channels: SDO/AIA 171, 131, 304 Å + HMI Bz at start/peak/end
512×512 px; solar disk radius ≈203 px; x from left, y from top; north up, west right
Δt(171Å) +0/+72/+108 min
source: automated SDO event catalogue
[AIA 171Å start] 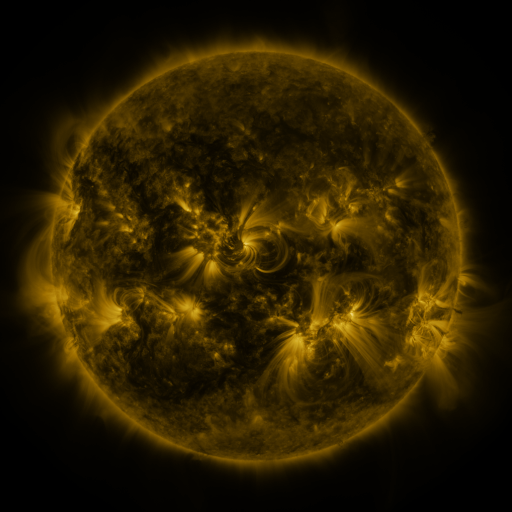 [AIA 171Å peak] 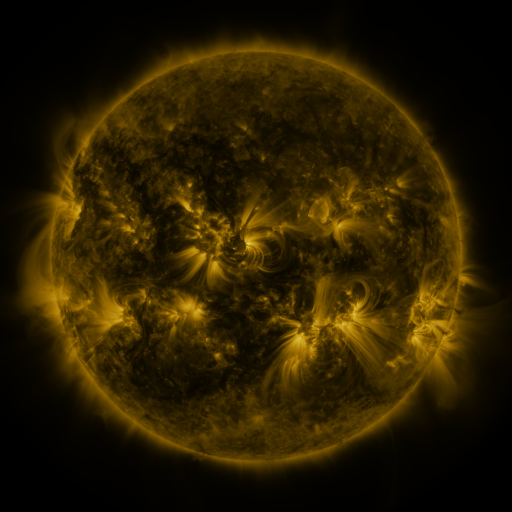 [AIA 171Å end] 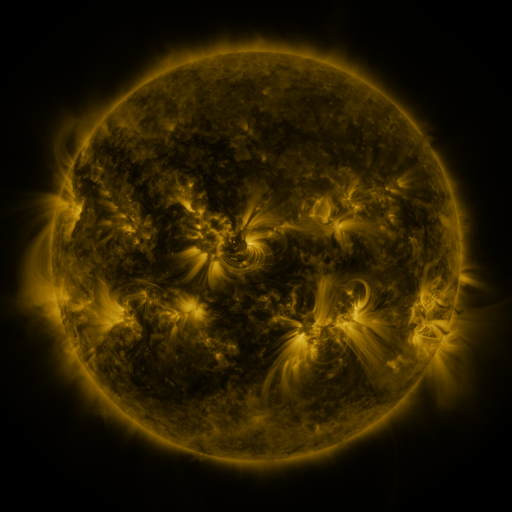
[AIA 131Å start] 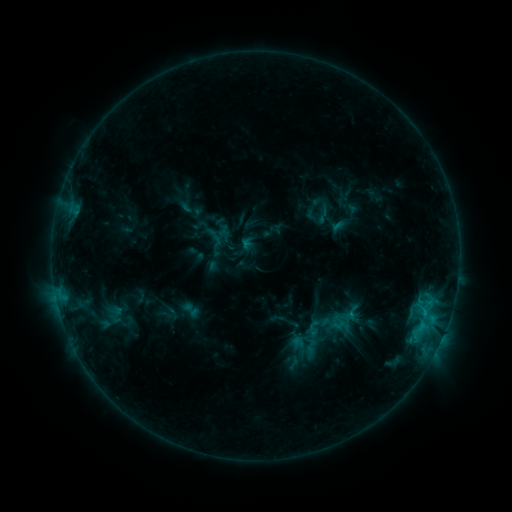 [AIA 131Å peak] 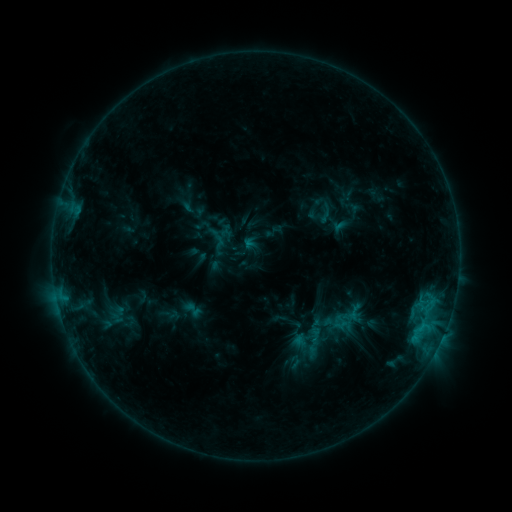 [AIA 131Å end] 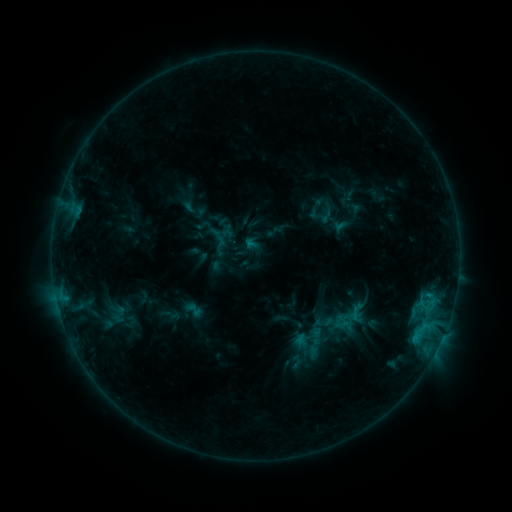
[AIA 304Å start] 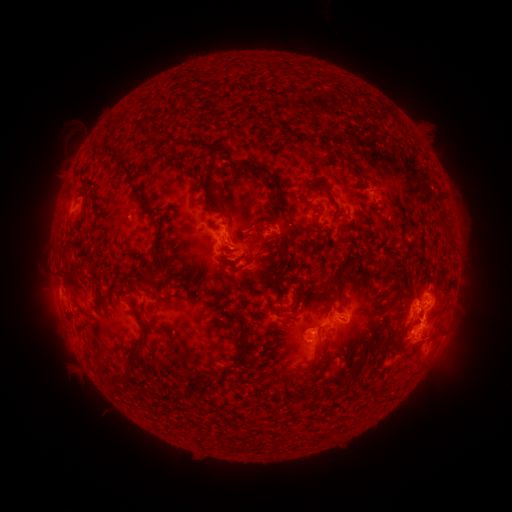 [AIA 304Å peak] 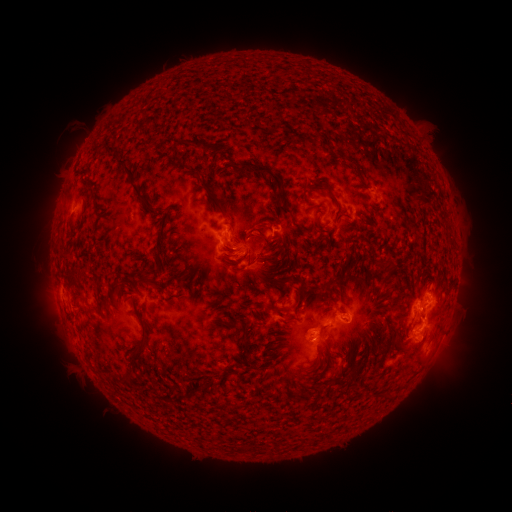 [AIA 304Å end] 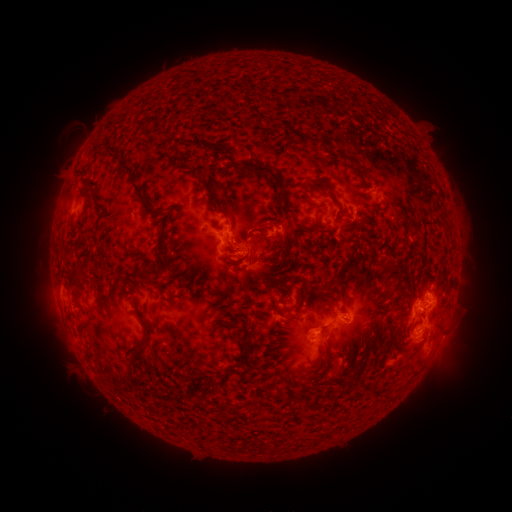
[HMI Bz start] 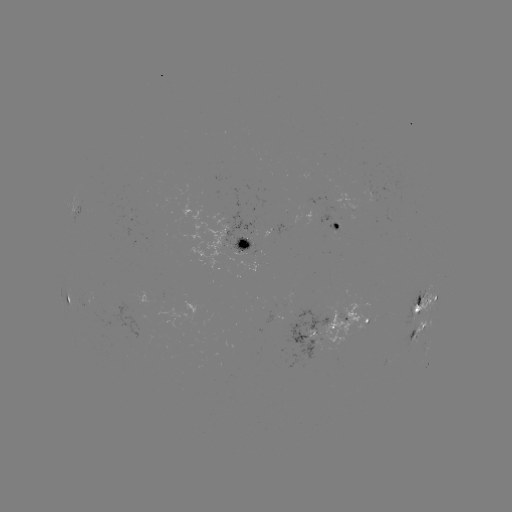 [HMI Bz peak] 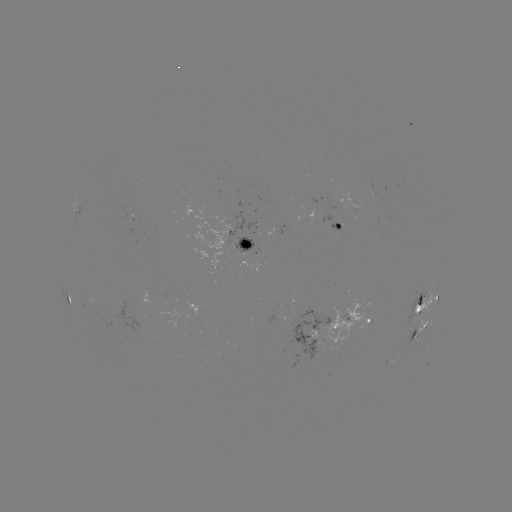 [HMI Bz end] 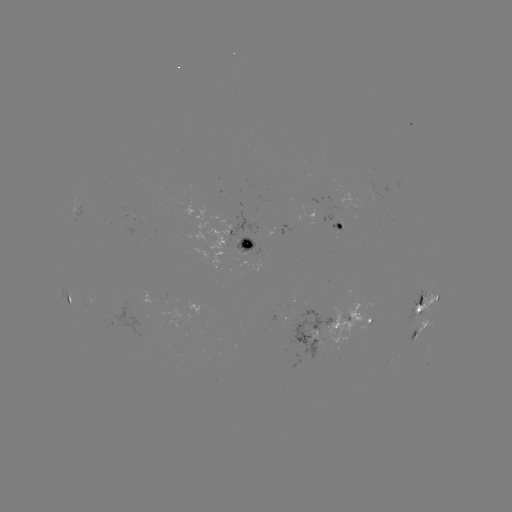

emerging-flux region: [118, 215, 131, 219]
